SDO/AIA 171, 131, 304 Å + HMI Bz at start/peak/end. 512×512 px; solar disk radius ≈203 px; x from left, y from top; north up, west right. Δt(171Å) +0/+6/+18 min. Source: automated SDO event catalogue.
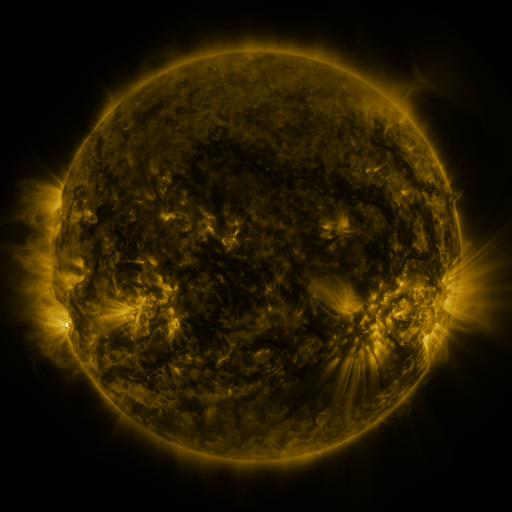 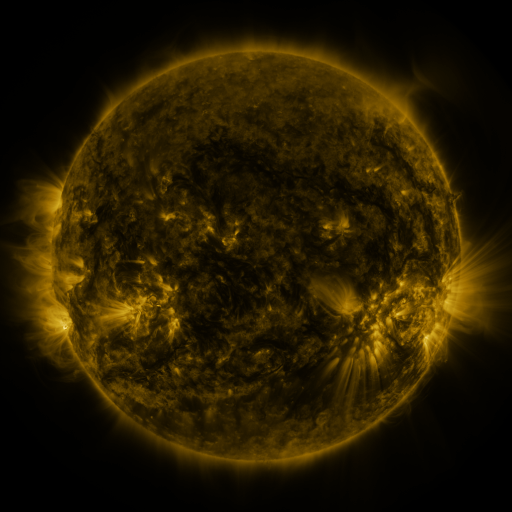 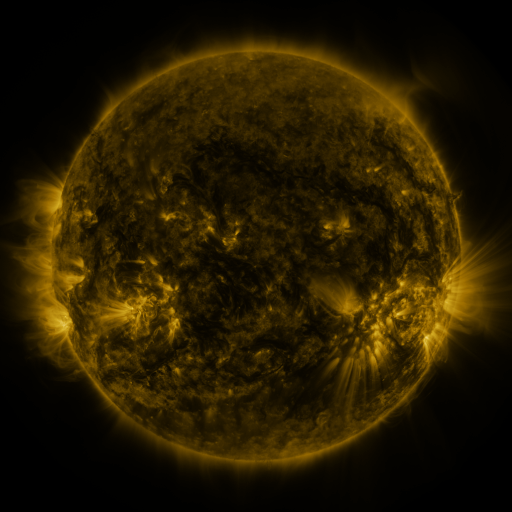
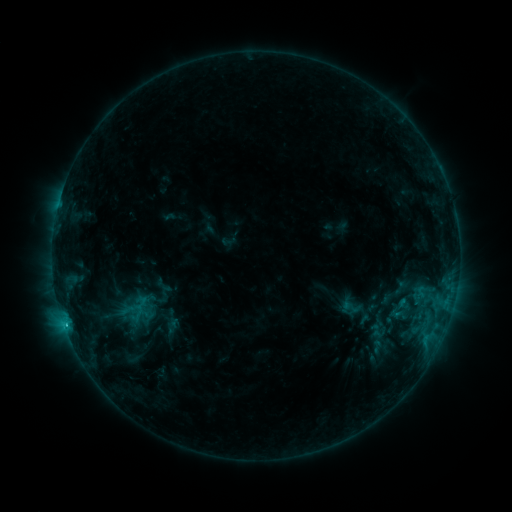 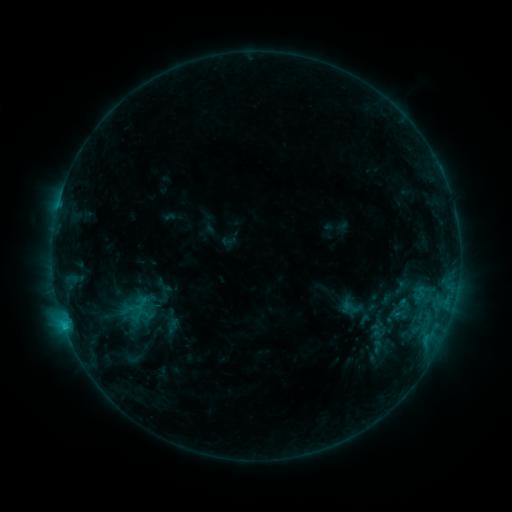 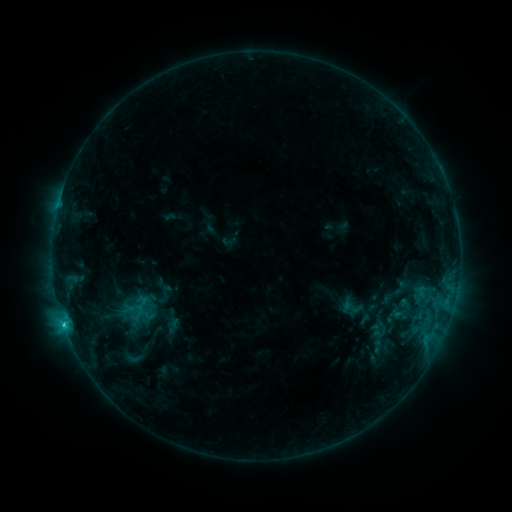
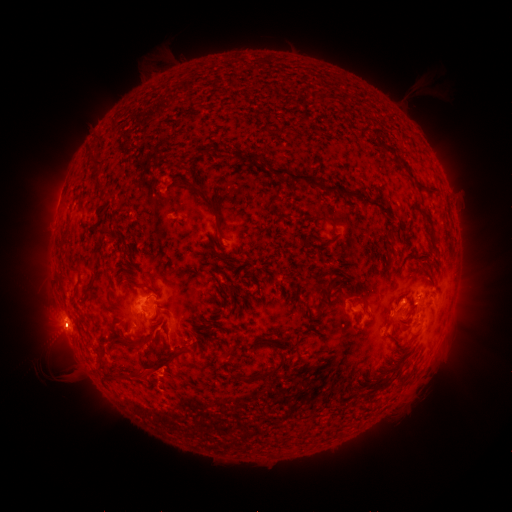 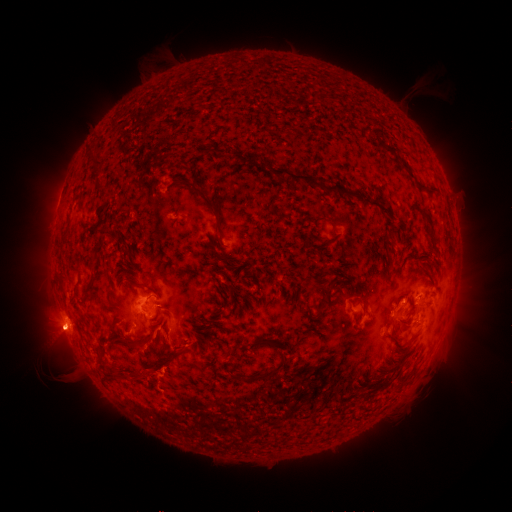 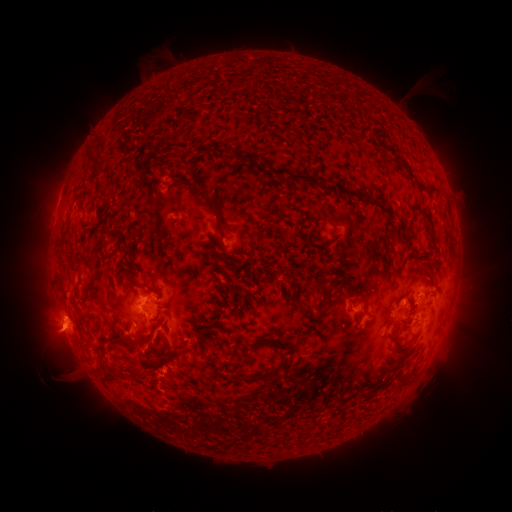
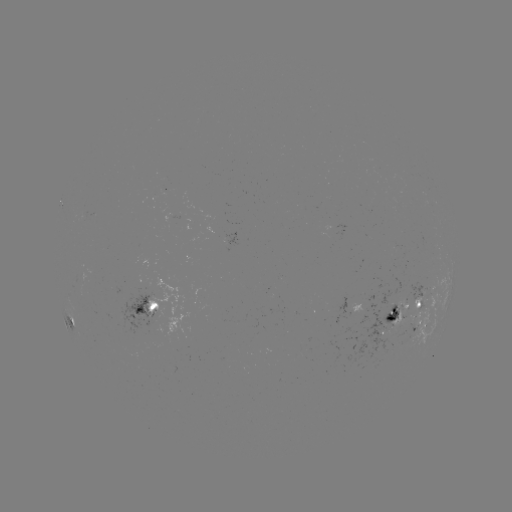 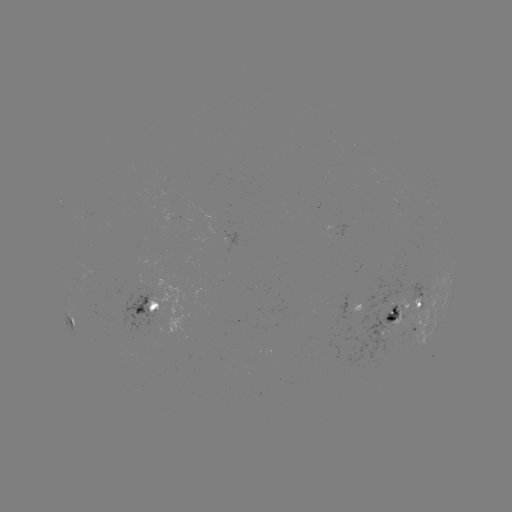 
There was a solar eruption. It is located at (57, 336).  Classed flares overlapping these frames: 1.